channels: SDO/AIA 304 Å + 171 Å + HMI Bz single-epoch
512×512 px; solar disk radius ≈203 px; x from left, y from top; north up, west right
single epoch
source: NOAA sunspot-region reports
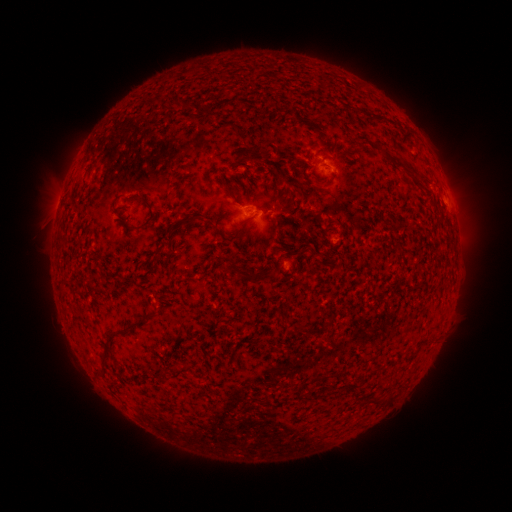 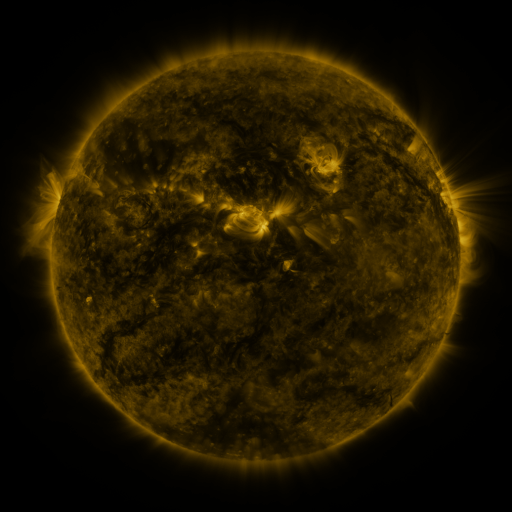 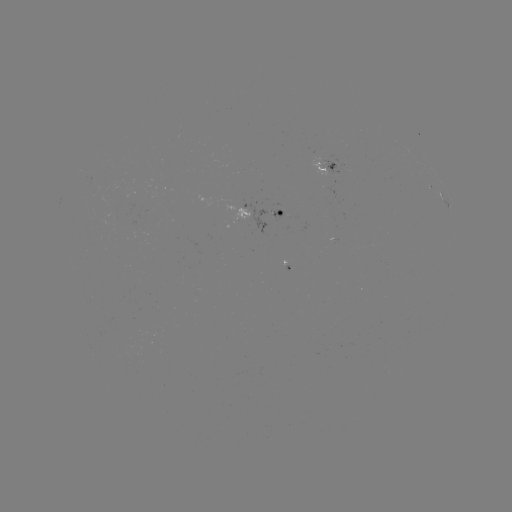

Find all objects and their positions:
spotted active region: (325, 167)
spotted active region: (442, 199)
spotted active region: (273, 213)
